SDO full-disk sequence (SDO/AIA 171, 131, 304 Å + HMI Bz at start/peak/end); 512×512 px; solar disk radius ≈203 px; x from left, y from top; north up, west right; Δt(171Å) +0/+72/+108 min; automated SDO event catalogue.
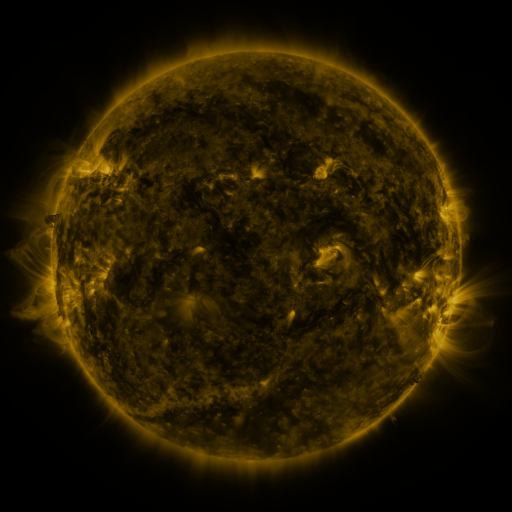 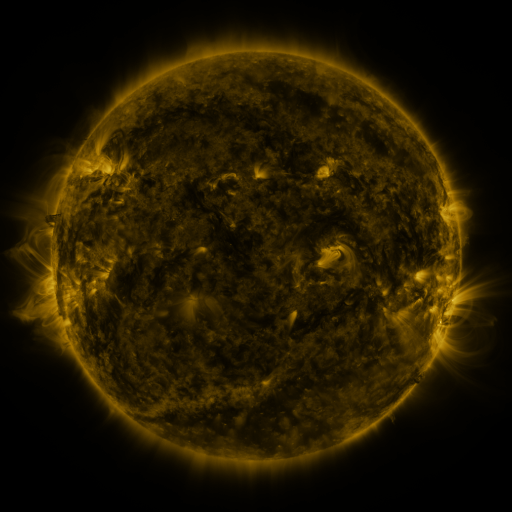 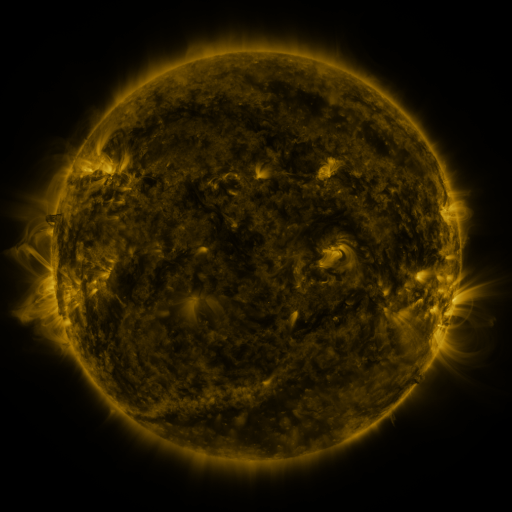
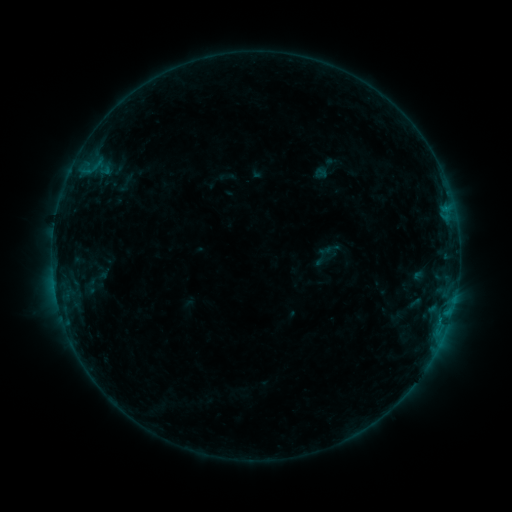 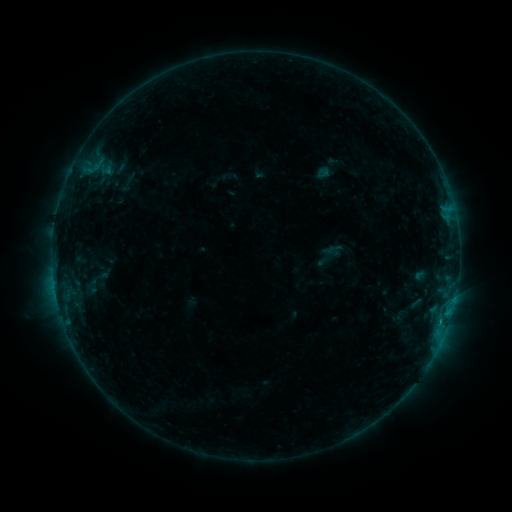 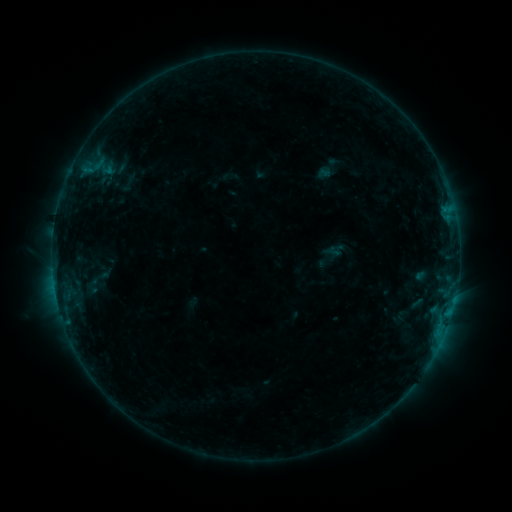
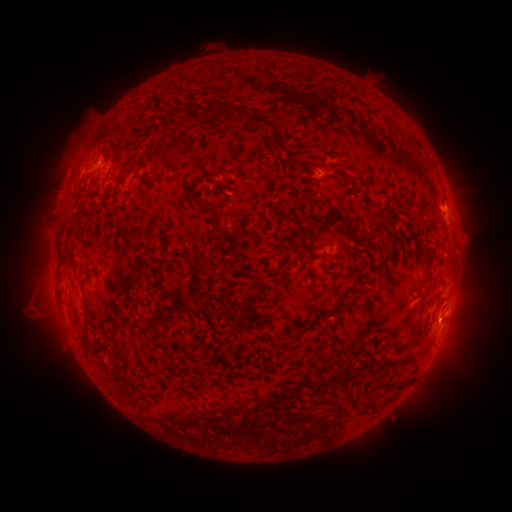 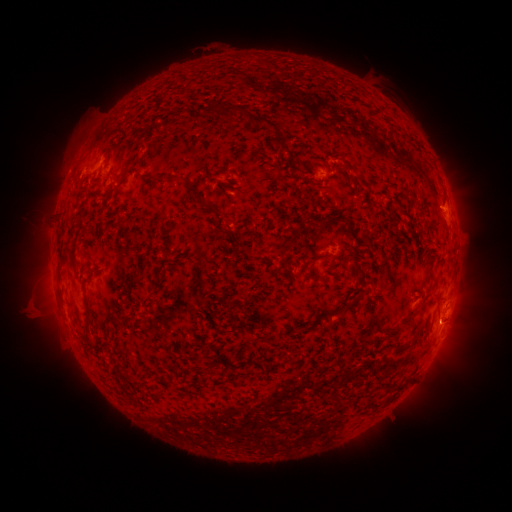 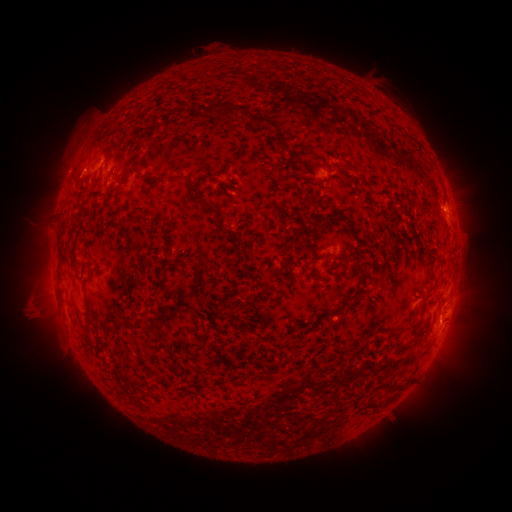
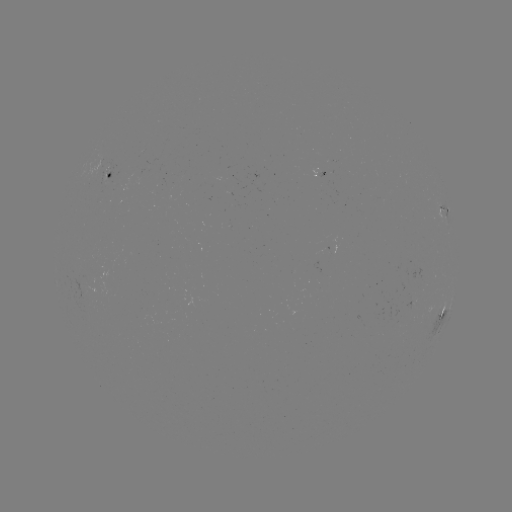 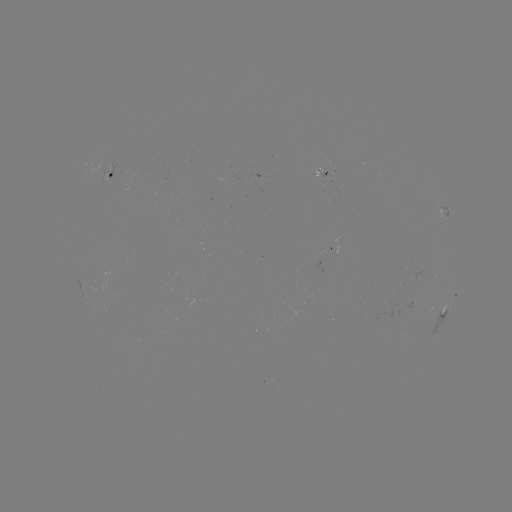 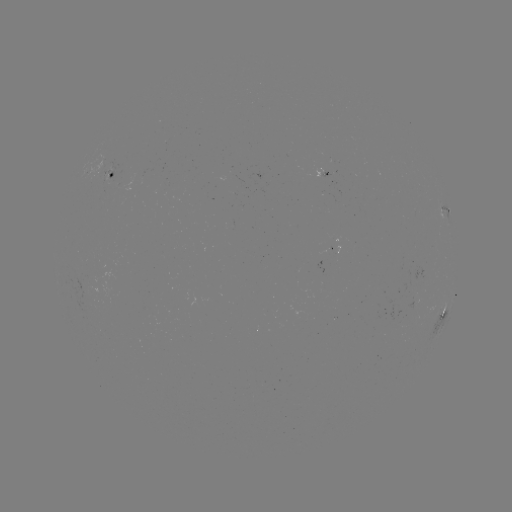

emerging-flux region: (317, 250, 326, 273)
